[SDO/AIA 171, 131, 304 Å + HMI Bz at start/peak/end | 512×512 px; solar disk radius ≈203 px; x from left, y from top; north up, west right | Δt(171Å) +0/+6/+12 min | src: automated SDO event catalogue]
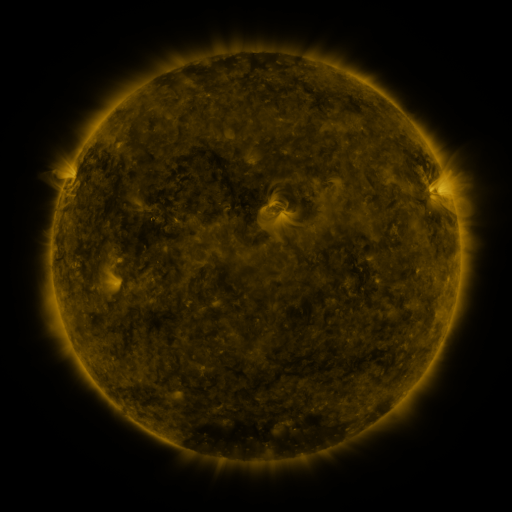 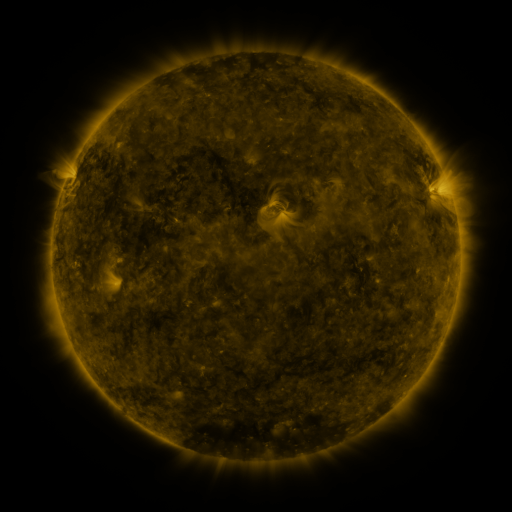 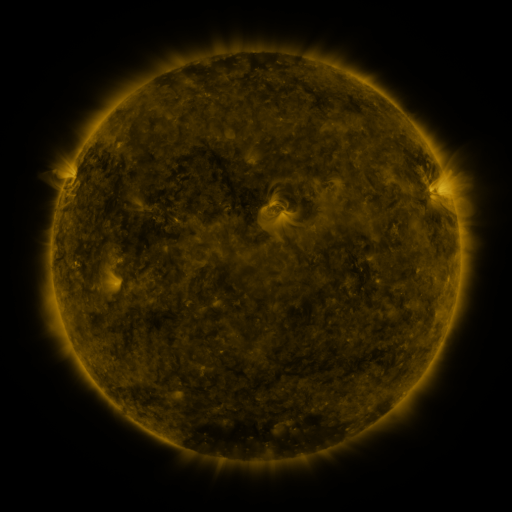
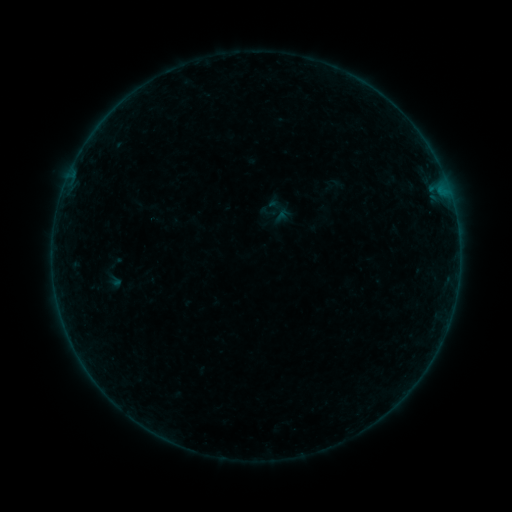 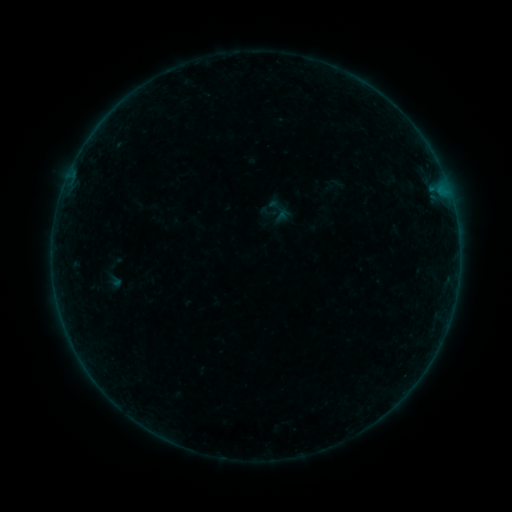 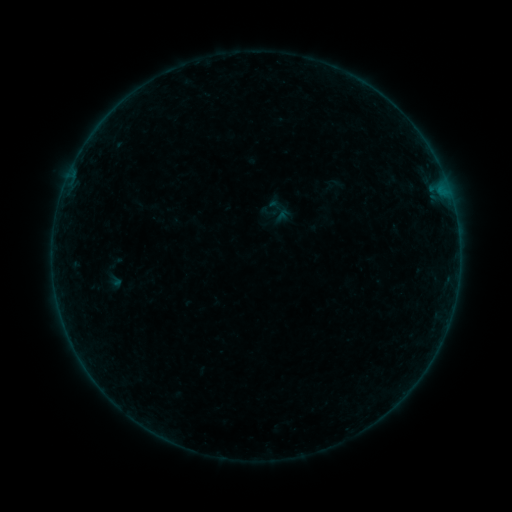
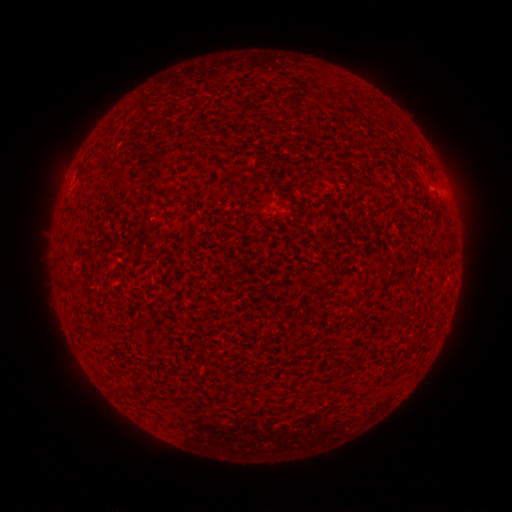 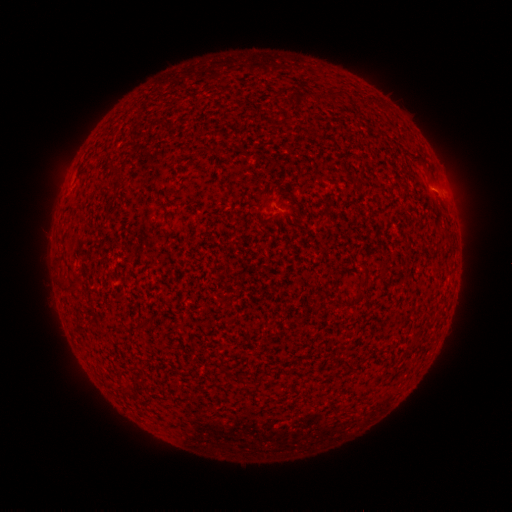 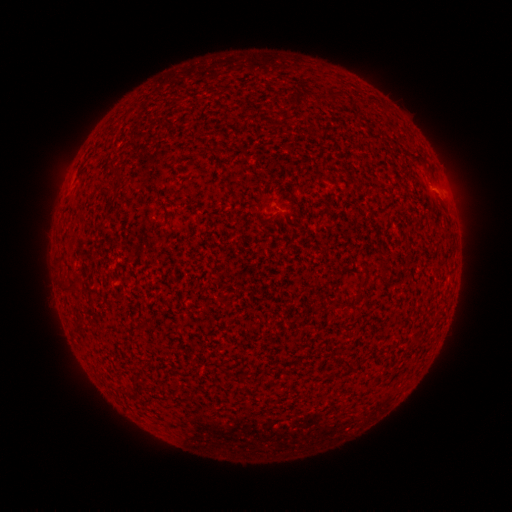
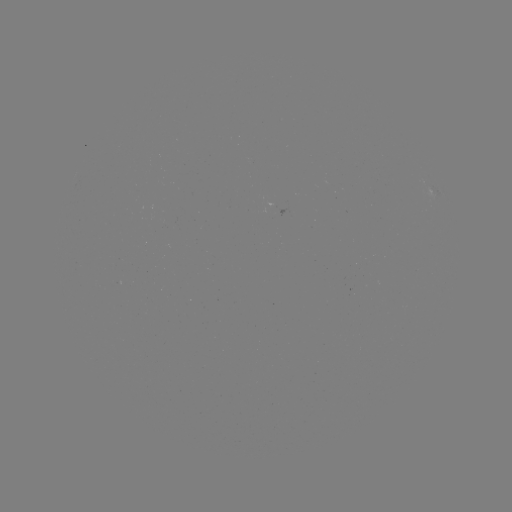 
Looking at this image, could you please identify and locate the B1.8 flare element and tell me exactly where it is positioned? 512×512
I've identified B1.8 flare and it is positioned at (440, 198).